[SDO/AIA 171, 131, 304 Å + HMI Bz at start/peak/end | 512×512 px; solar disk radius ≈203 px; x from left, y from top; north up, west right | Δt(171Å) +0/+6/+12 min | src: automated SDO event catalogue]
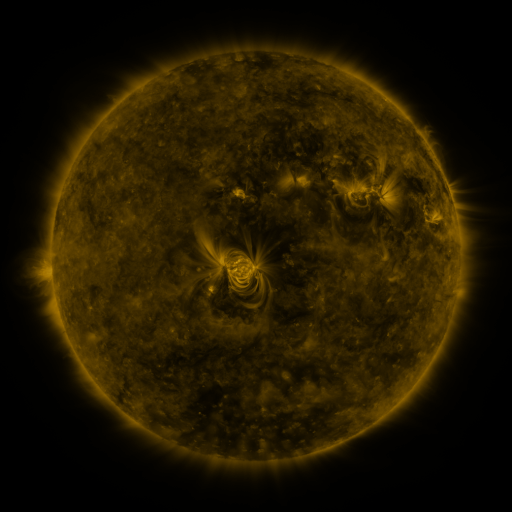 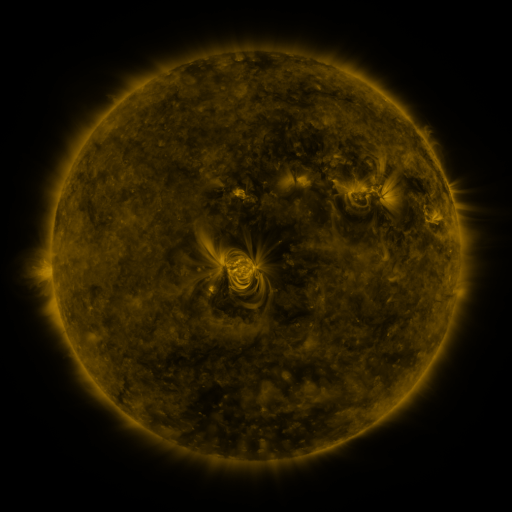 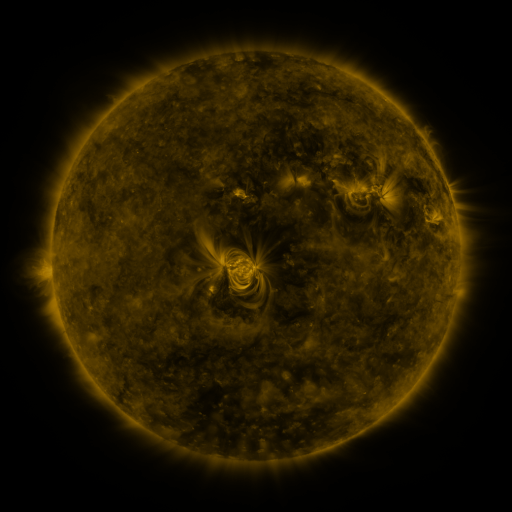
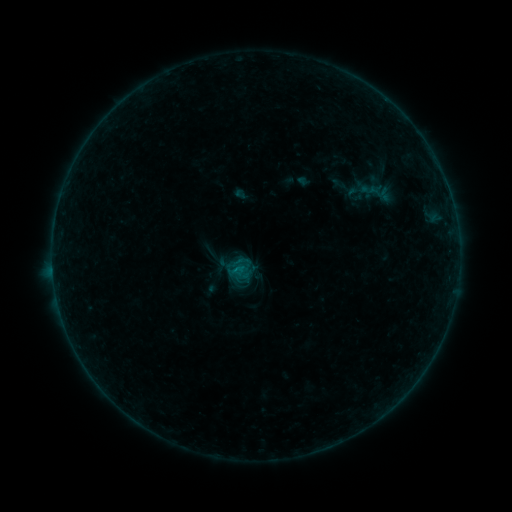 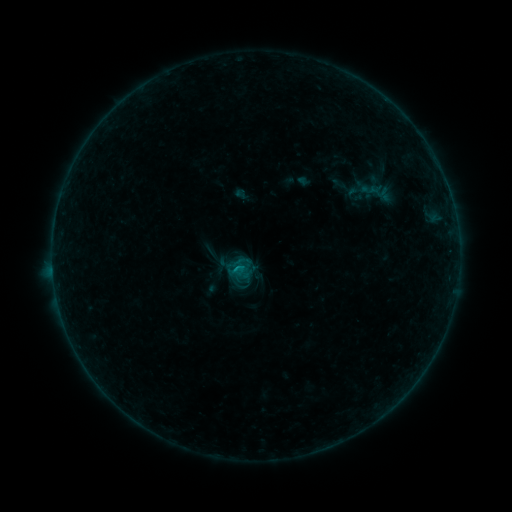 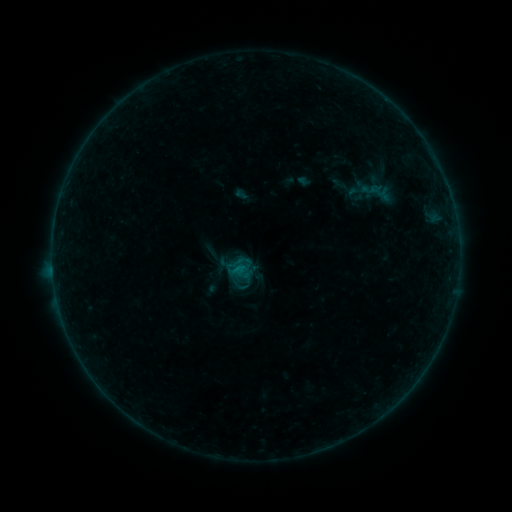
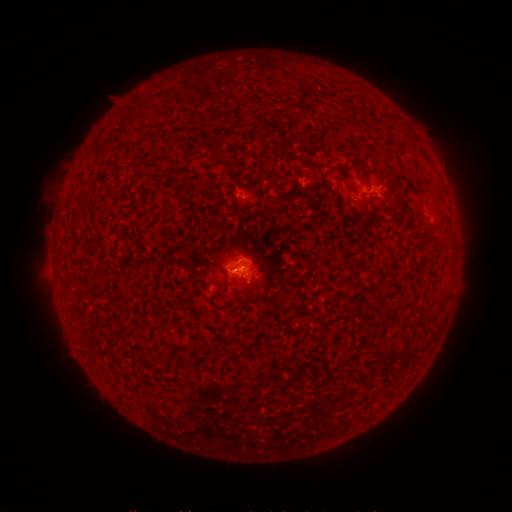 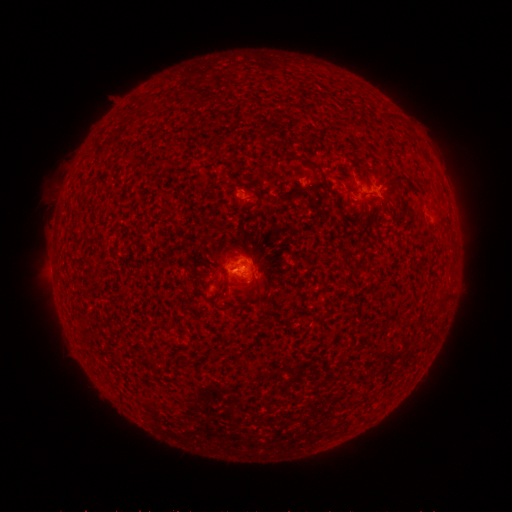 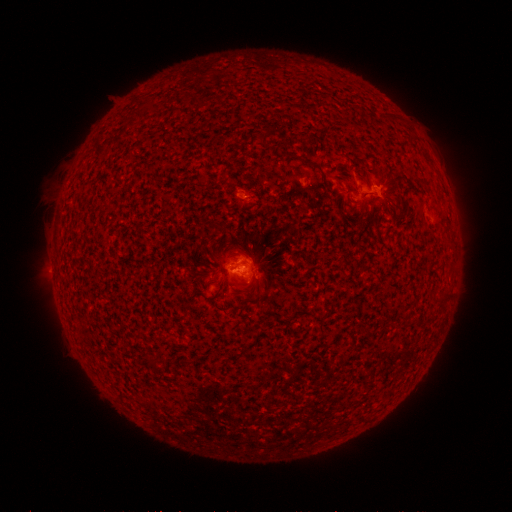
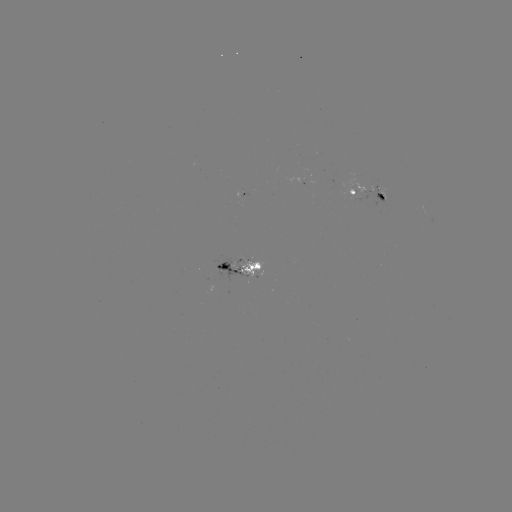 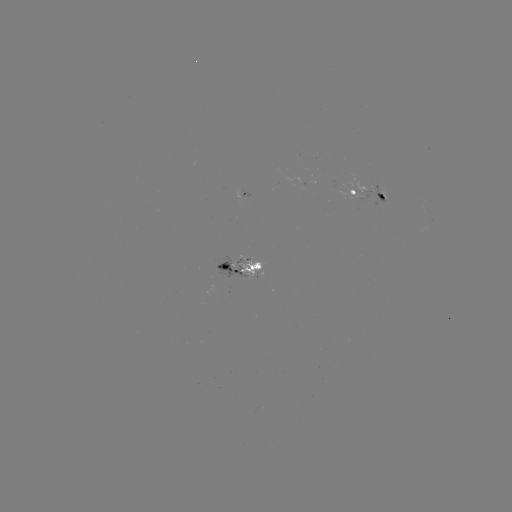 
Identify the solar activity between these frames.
B2.9 flare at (238, 264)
